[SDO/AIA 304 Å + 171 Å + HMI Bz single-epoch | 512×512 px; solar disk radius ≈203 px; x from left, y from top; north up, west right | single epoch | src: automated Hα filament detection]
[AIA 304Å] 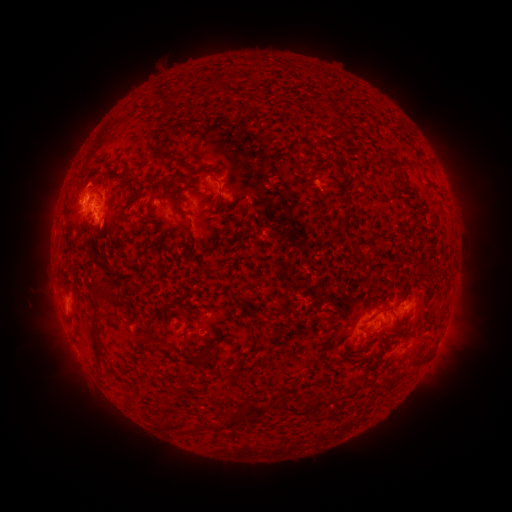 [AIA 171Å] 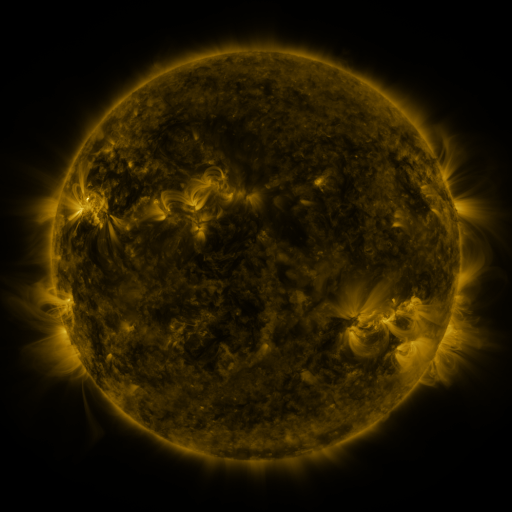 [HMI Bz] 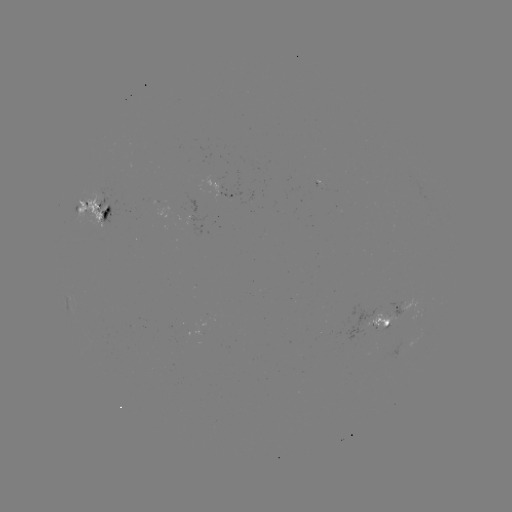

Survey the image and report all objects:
filament: (162, 155)
filament: (171, 194)
filament: (222, 198)
filament: (348, 235)
filament: (95, 343)
filament: (190, 360)
filament: (254, 407)
